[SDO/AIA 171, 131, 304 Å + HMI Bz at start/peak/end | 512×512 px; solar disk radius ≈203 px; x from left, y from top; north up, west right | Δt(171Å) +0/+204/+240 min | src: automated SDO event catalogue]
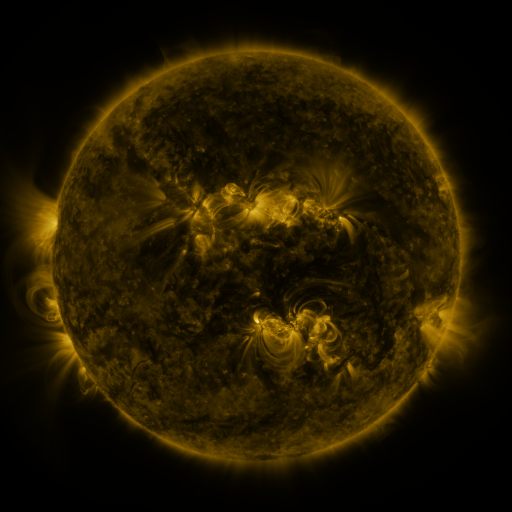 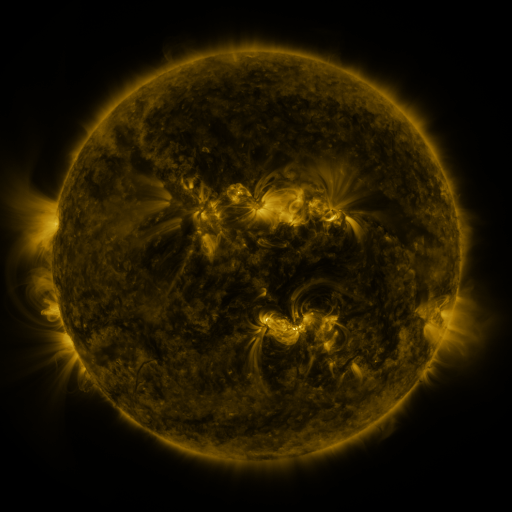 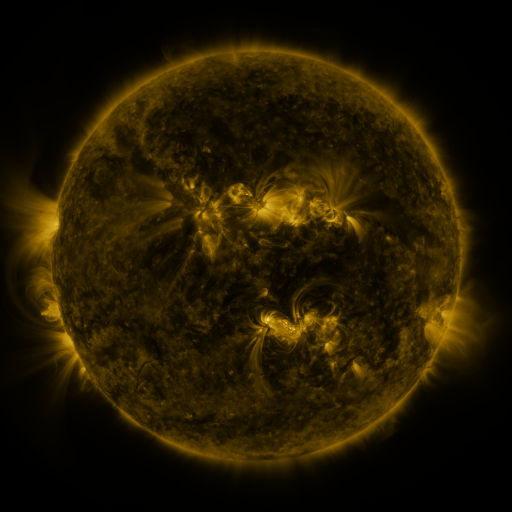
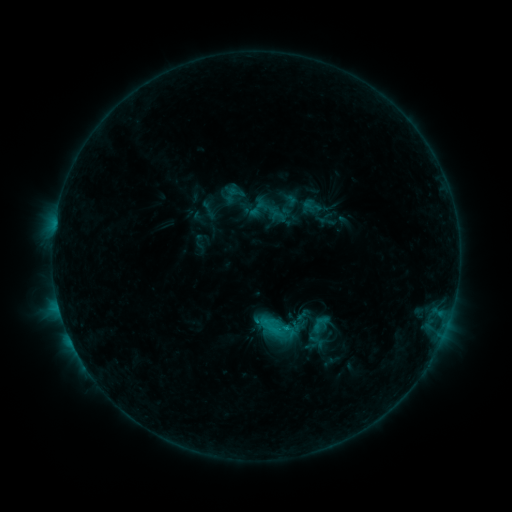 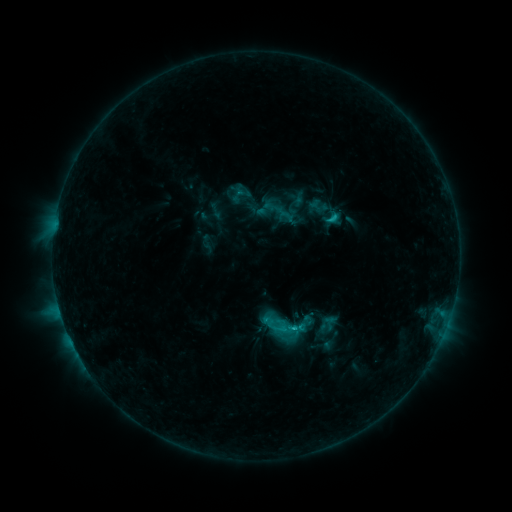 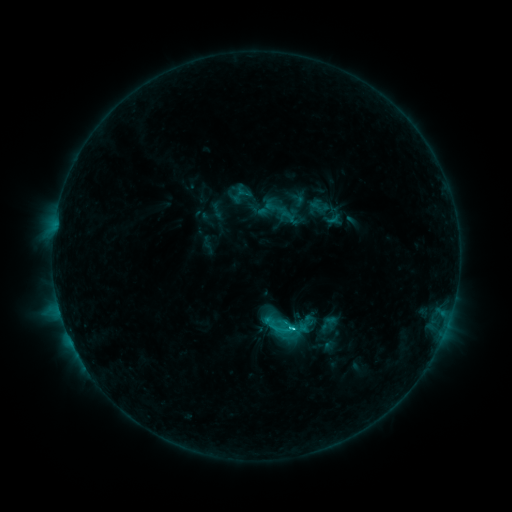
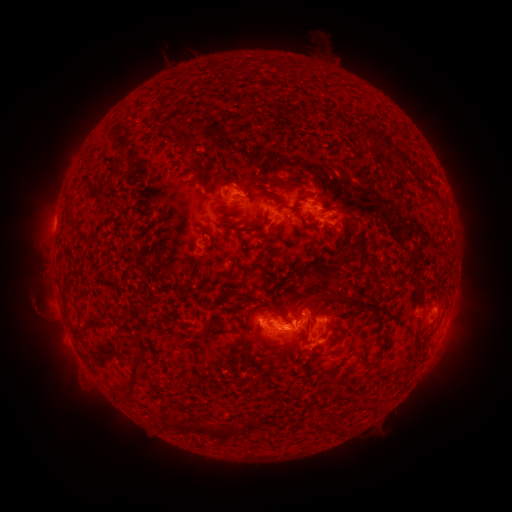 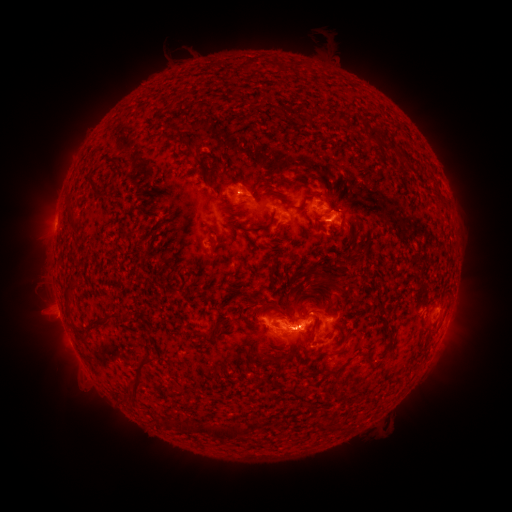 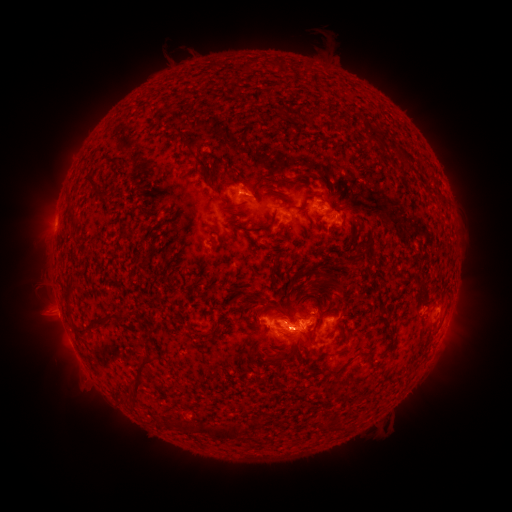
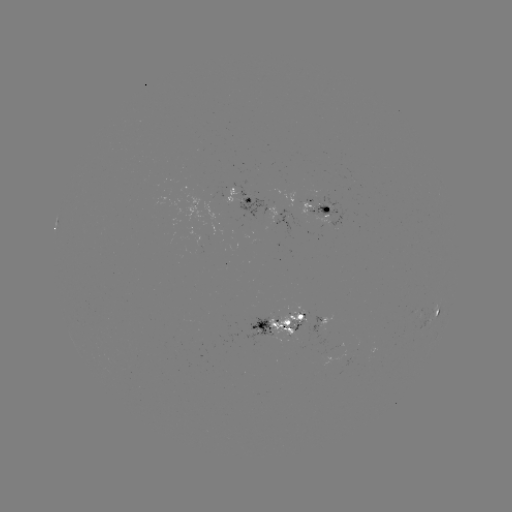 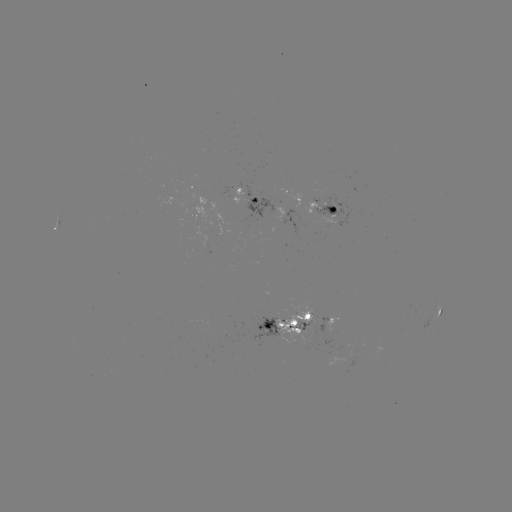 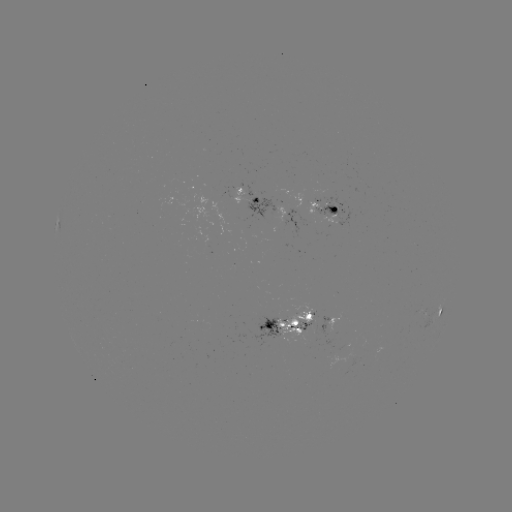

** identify emerging-flux region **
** [295, 317] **